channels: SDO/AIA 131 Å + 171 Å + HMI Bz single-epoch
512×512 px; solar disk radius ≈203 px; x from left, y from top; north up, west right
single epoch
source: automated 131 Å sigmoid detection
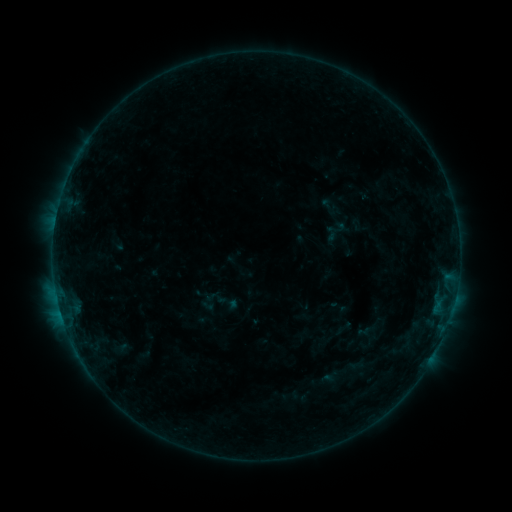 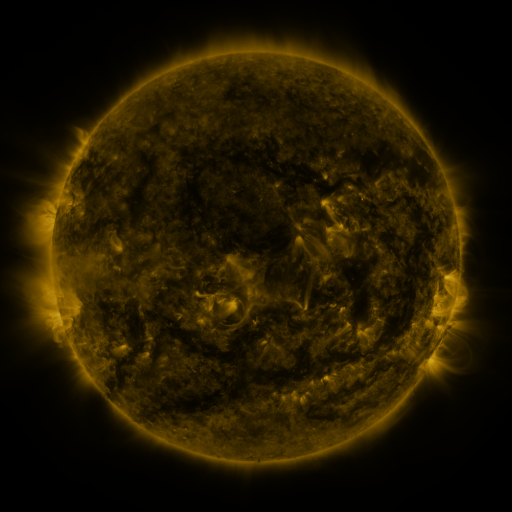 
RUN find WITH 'sigmoid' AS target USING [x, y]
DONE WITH [337, 227] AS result